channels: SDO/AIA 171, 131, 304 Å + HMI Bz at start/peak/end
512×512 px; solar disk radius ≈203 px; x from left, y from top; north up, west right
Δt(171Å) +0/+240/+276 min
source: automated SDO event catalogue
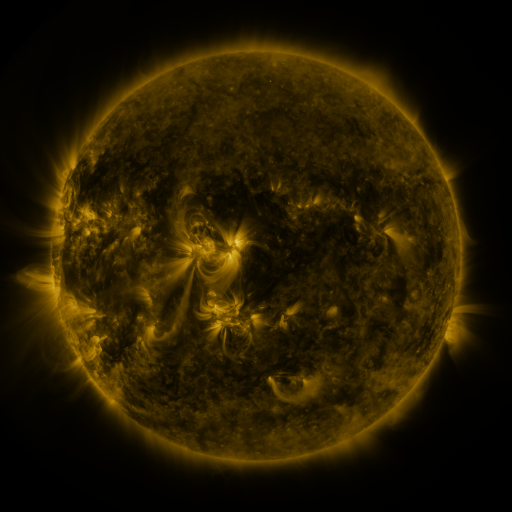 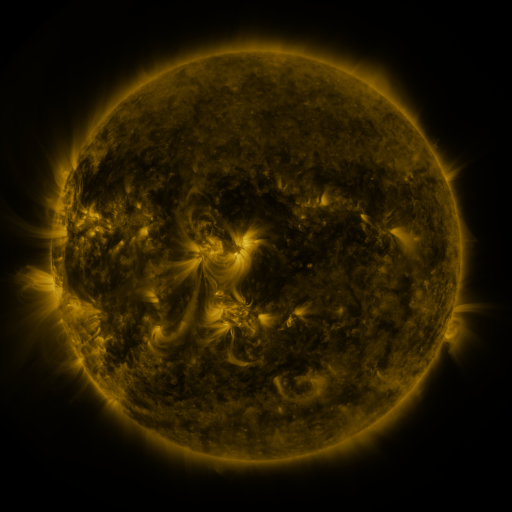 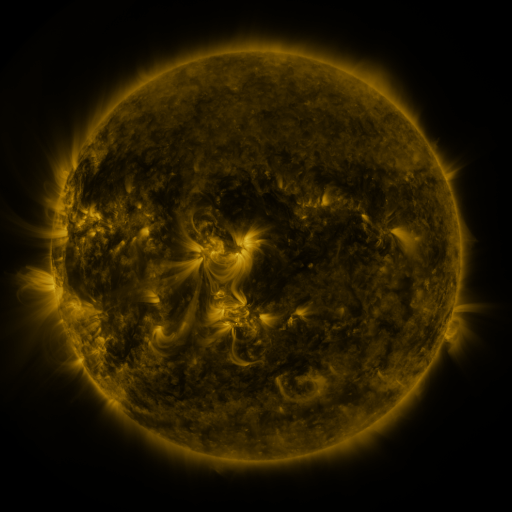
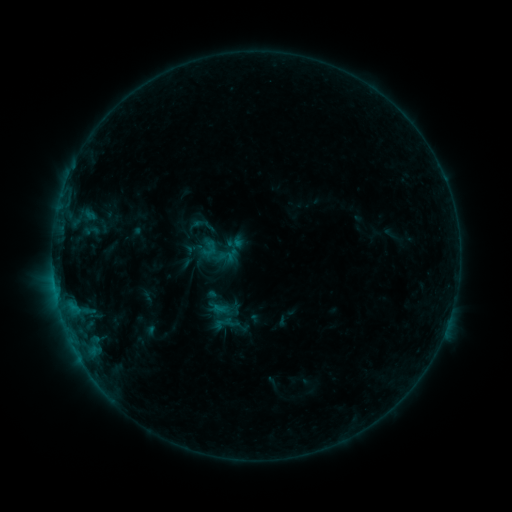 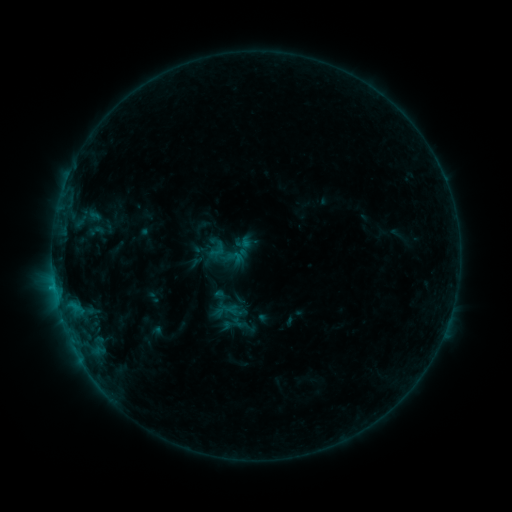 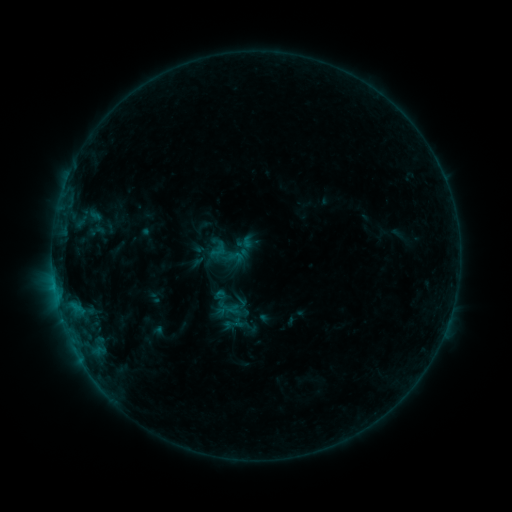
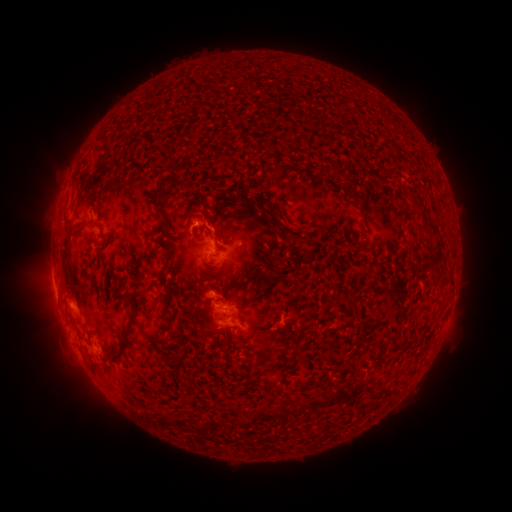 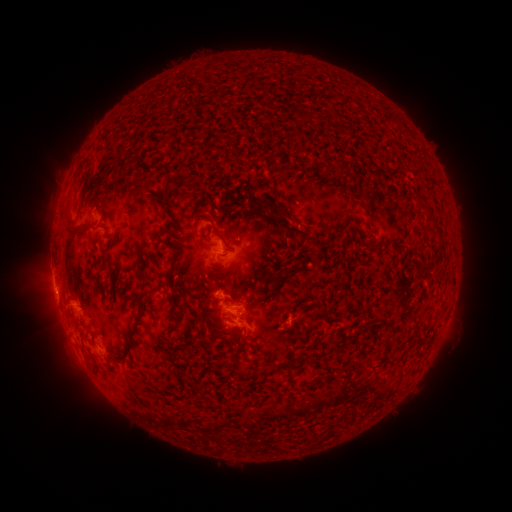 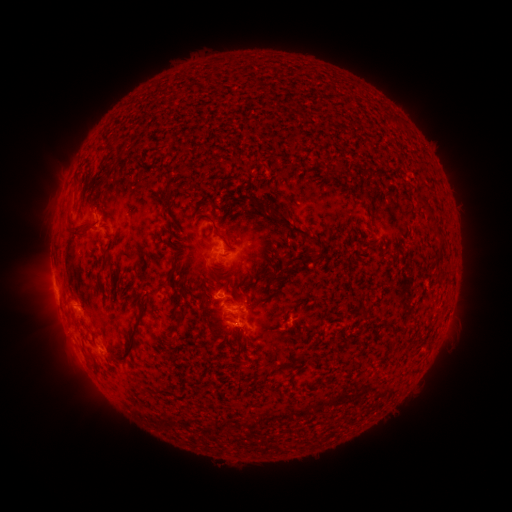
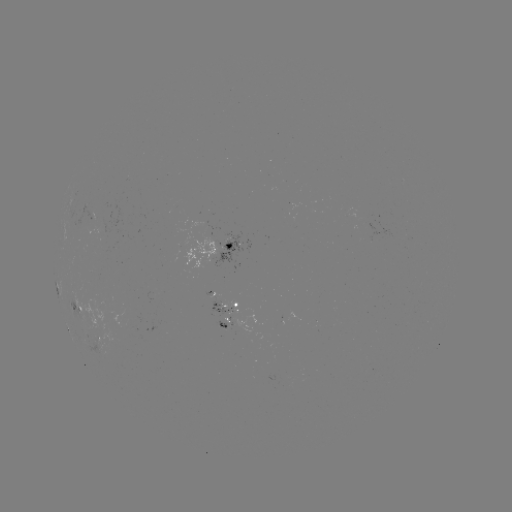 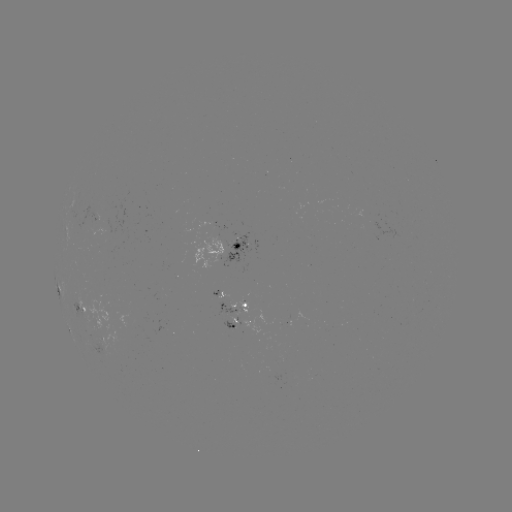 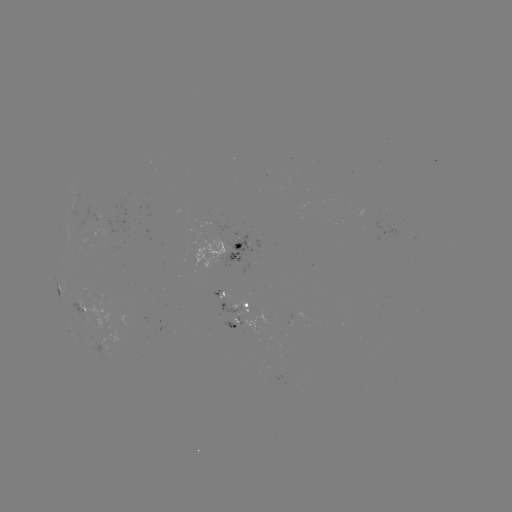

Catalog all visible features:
emerging-flux region: (235, 306)
